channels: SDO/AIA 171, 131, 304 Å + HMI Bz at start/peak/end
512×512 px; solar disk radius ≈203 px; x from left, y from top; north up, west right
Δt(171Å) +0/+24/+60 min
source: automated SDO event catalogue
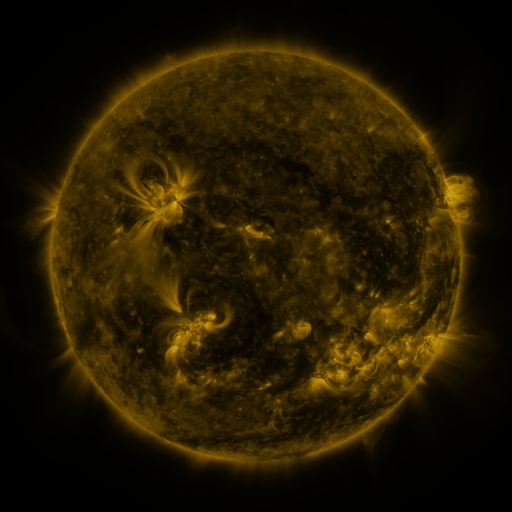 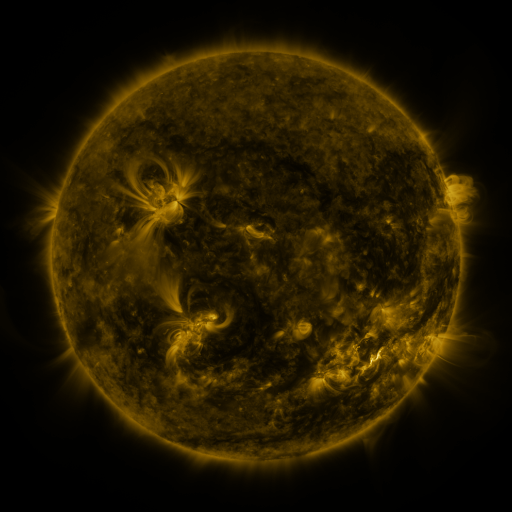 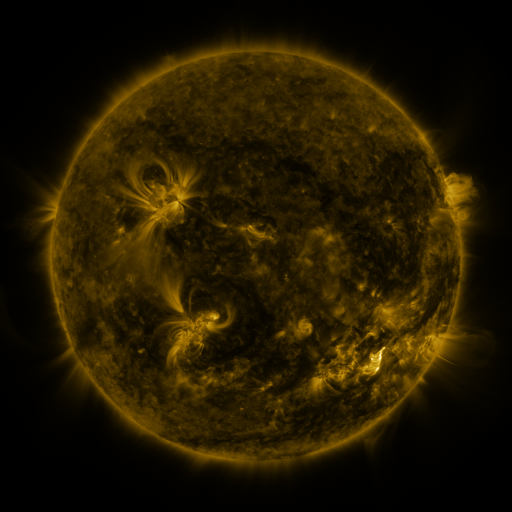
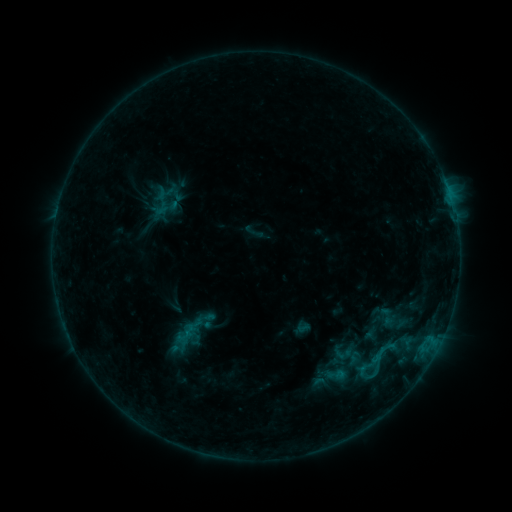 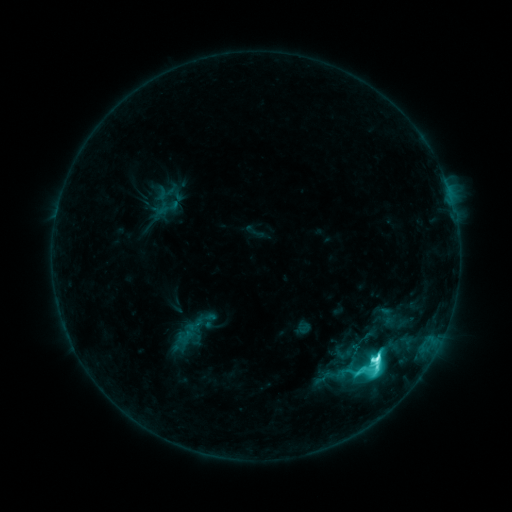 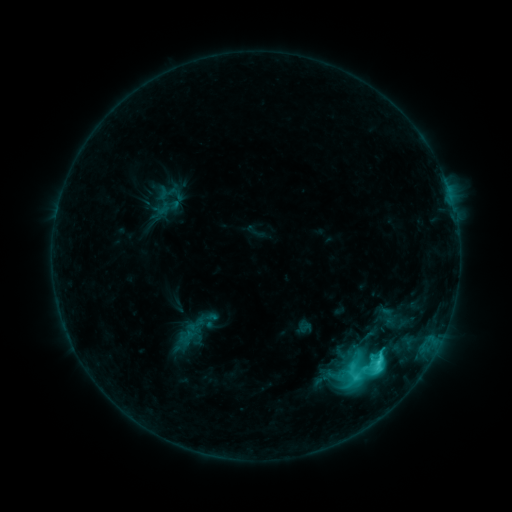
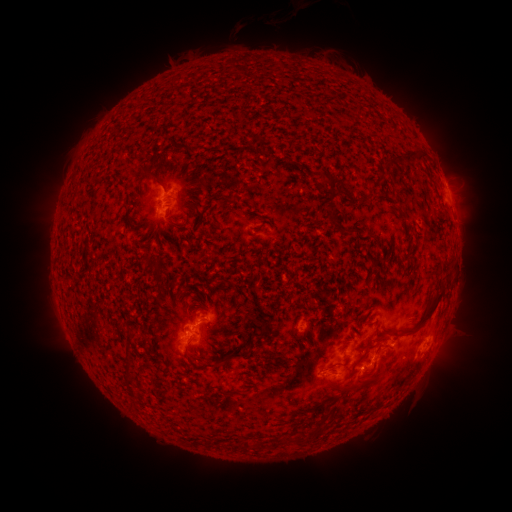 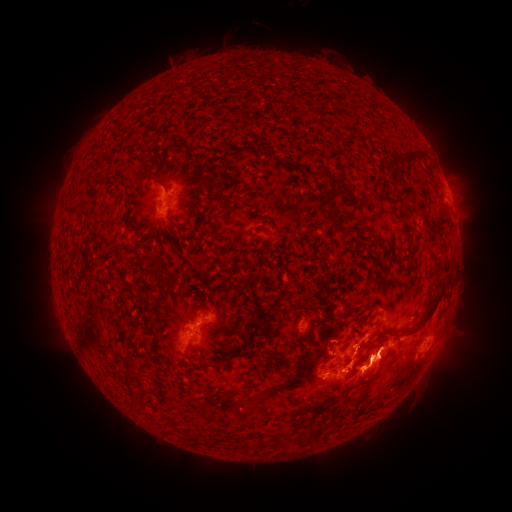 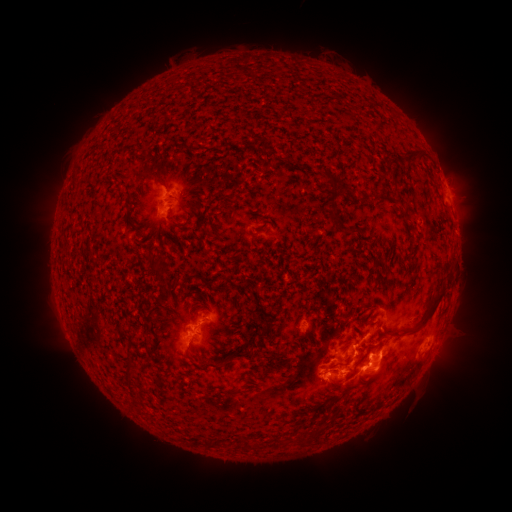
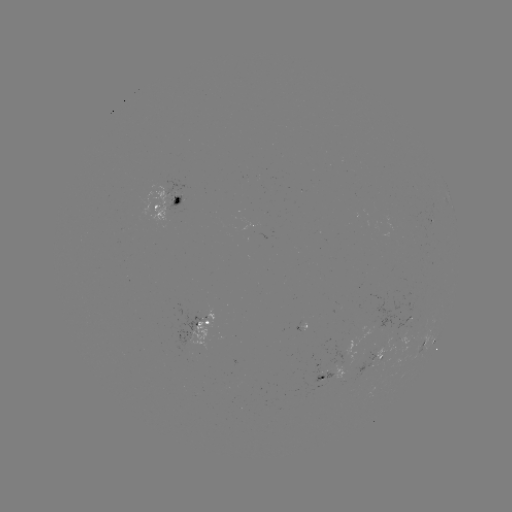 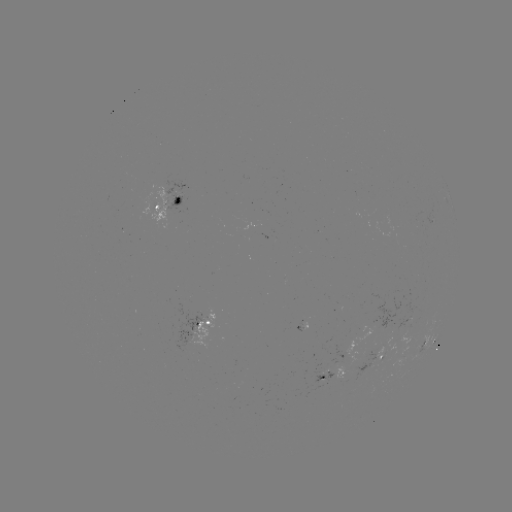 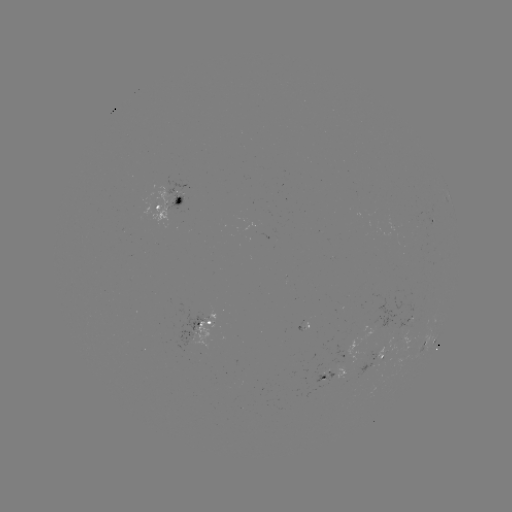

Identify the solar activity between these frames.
M1.0 flare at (377, 357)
